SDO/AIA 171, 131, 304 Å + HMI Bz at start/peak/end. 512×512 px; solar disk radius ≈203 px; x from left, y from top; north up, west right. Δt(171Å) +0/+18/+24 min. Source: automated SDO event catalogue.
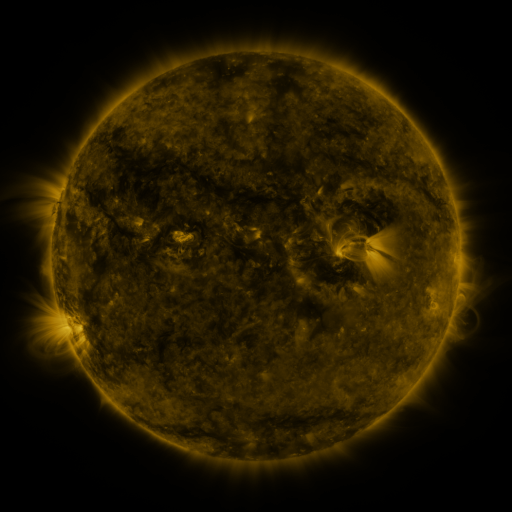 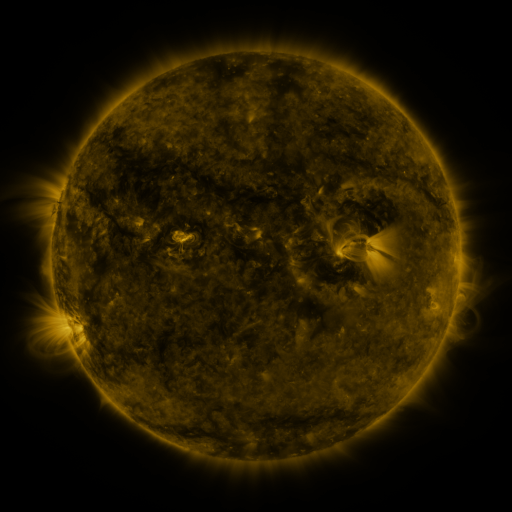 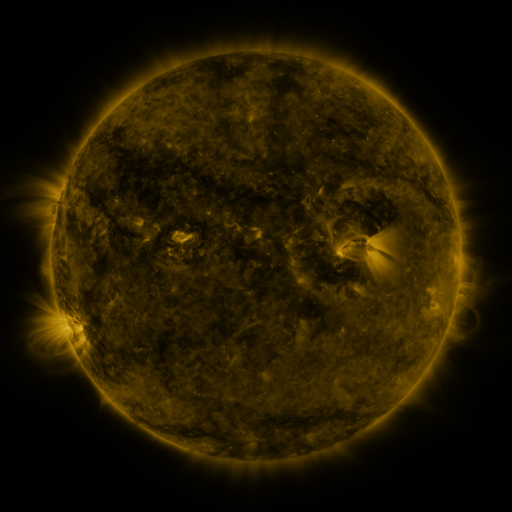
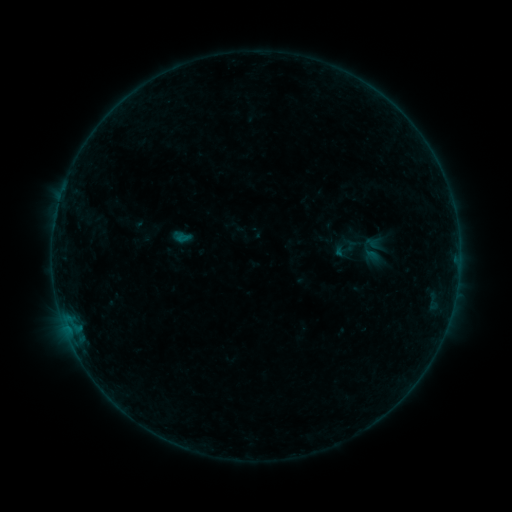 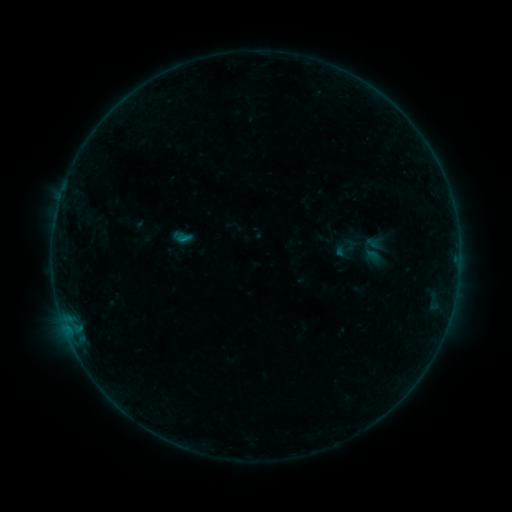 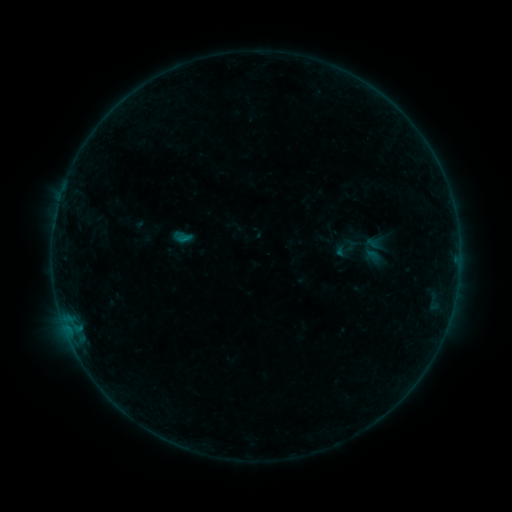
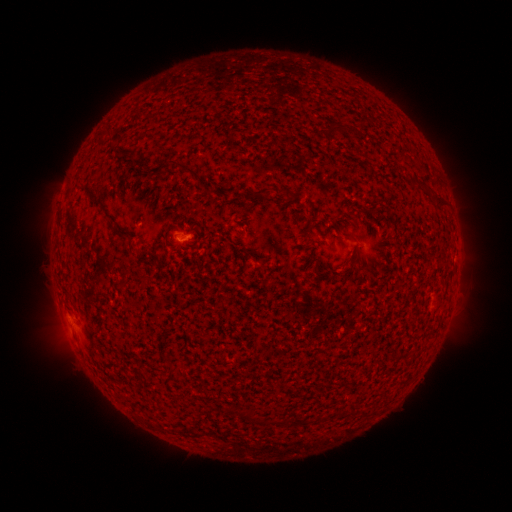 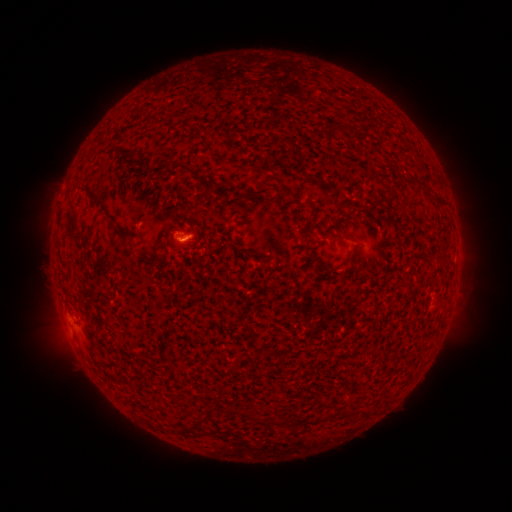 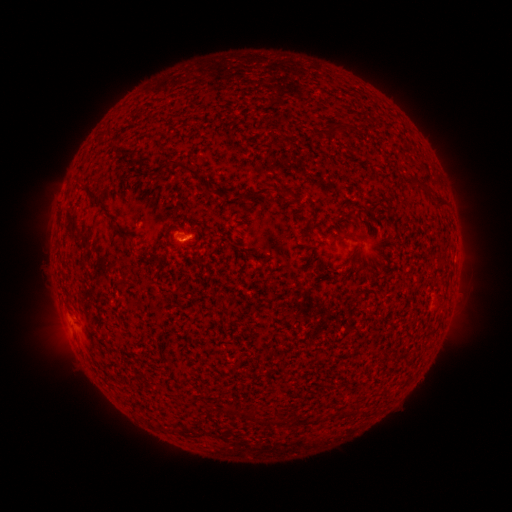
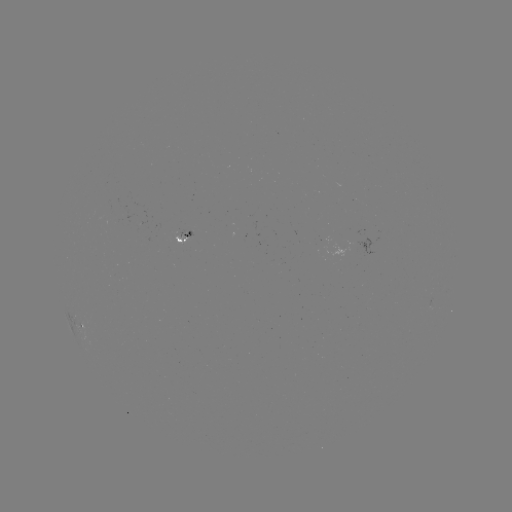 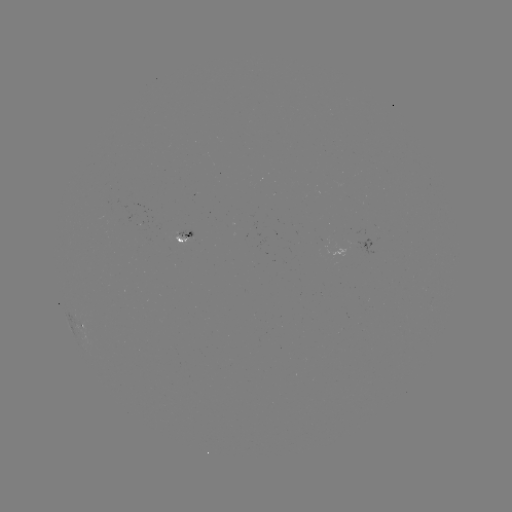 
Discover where B2.2 flare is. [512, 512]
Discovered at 184,240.